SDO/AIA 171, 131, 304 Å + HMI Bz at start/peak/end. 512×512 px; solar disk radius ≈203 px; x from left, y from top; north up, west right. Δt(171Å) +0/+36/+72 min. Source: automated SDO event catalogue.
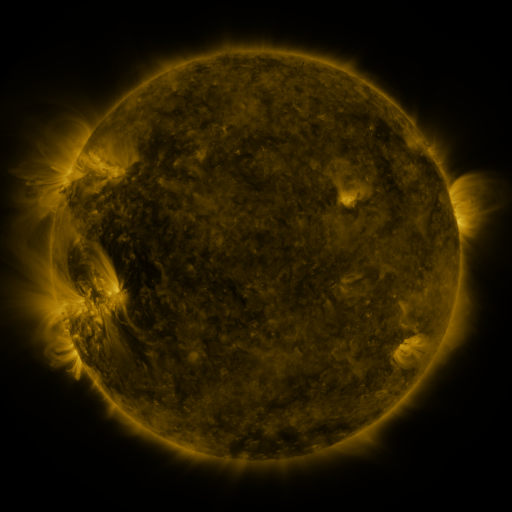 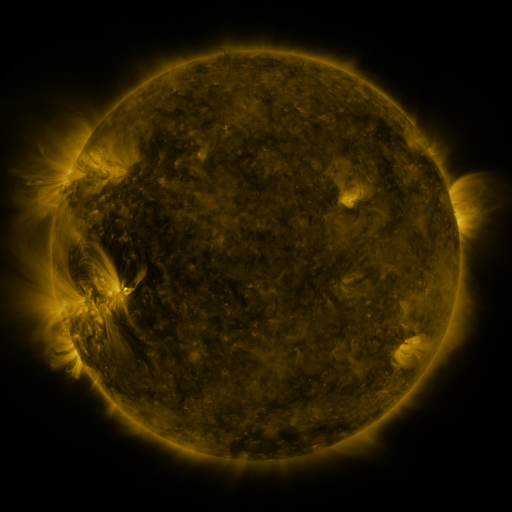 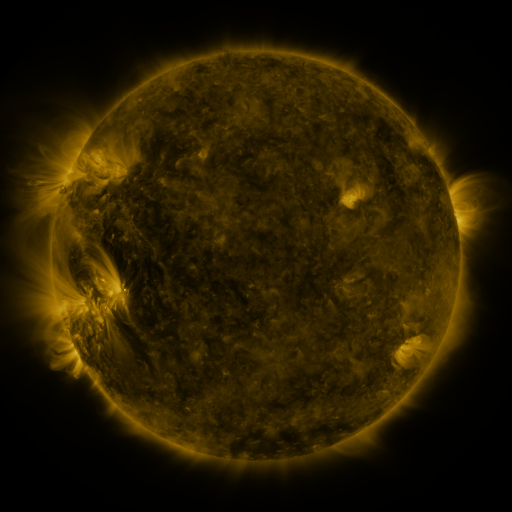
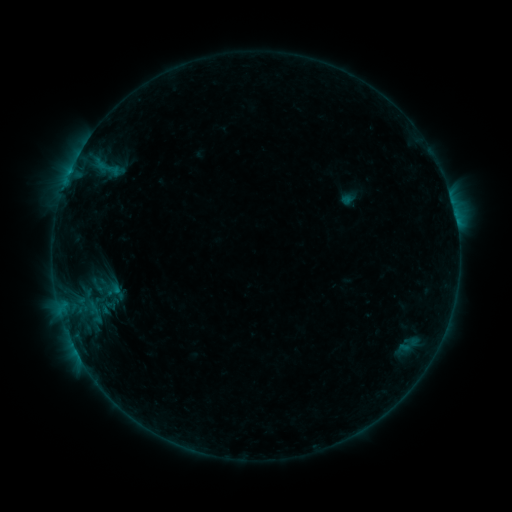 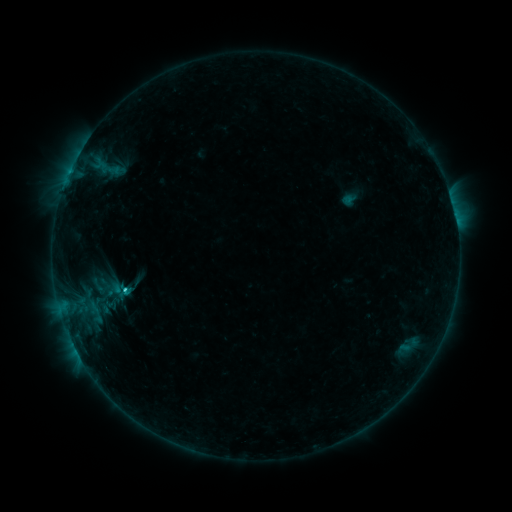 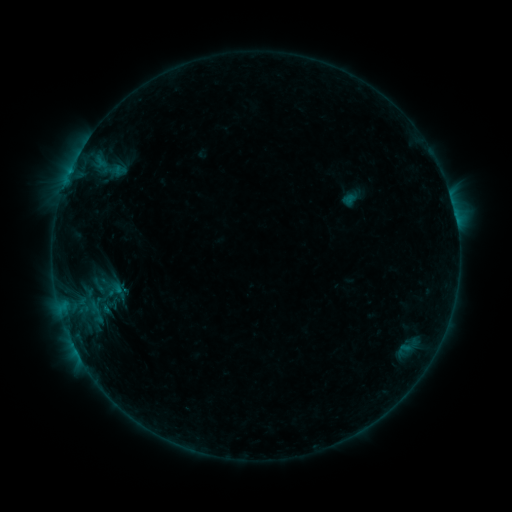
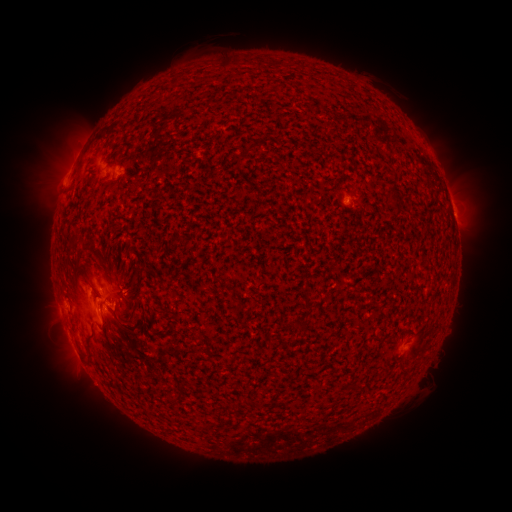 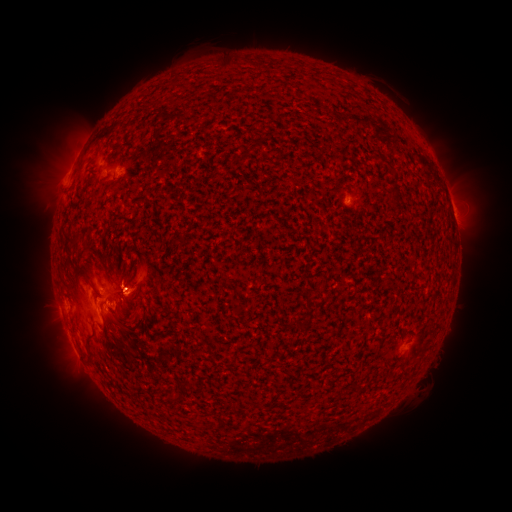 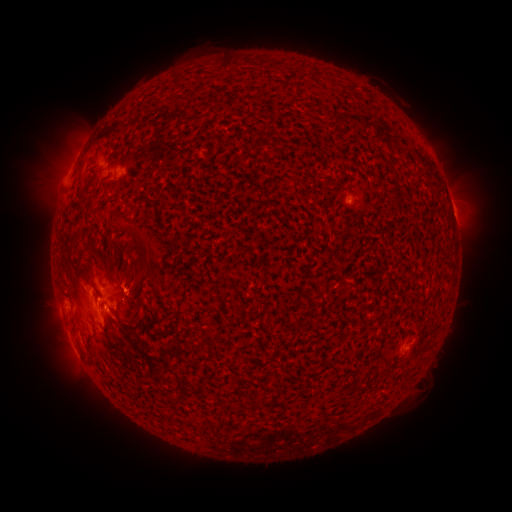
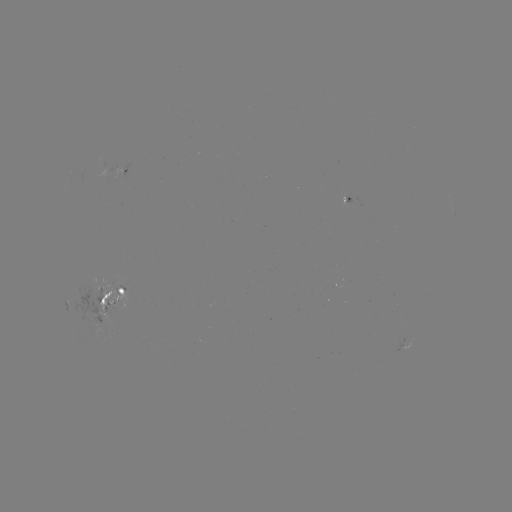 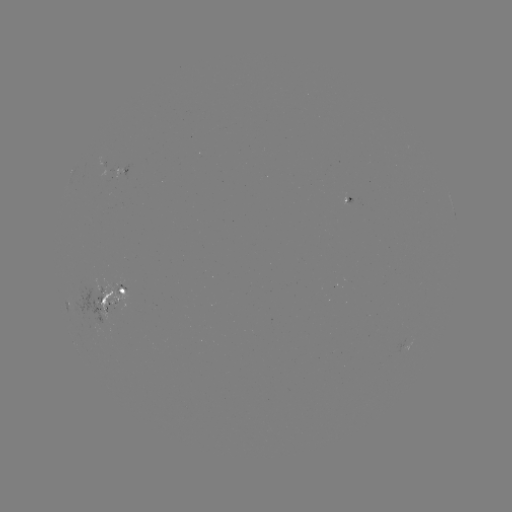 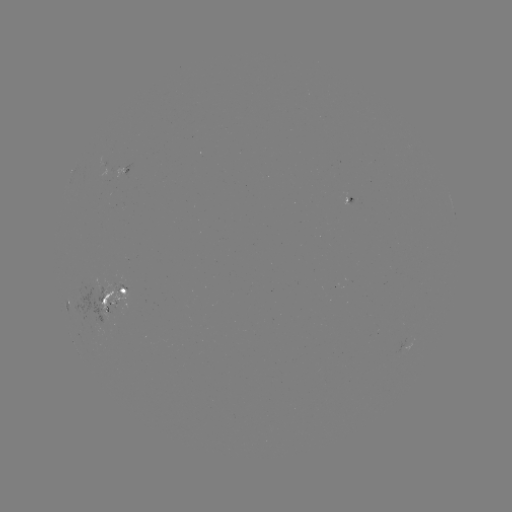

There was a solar emerging-flux region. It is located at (123, 170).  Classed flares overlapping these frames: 1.